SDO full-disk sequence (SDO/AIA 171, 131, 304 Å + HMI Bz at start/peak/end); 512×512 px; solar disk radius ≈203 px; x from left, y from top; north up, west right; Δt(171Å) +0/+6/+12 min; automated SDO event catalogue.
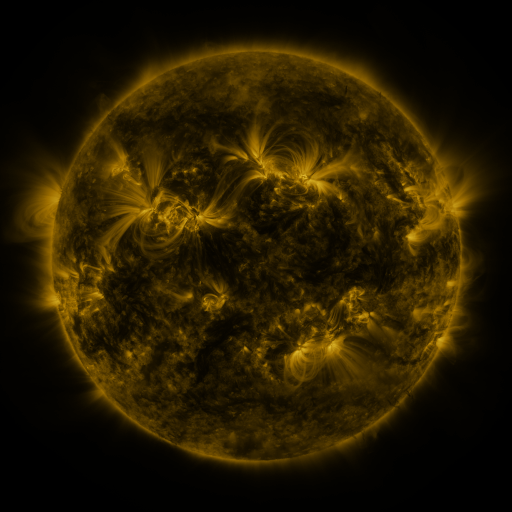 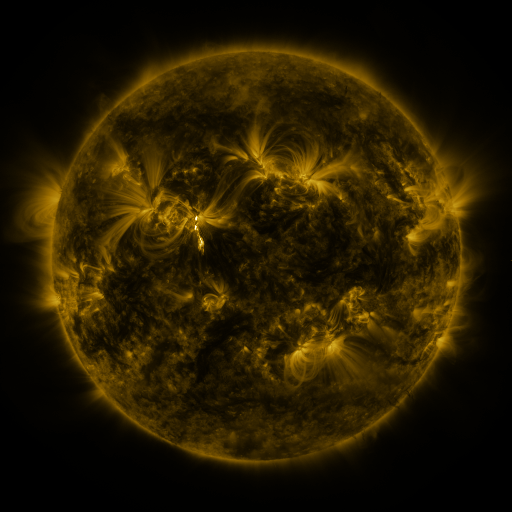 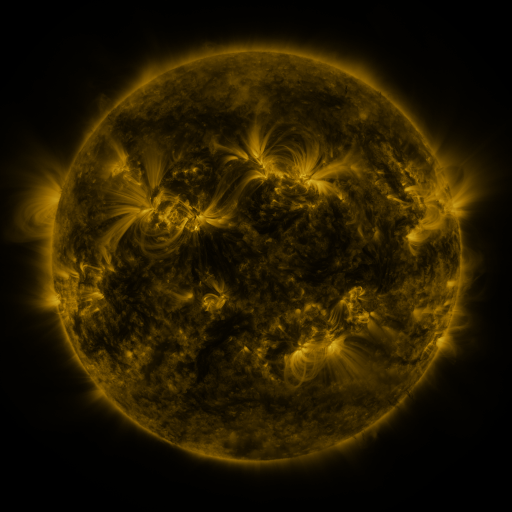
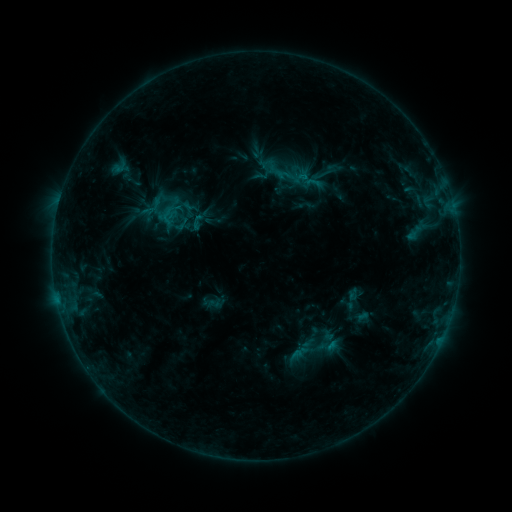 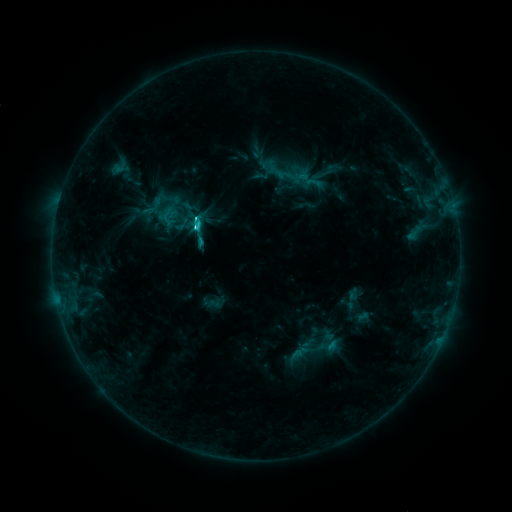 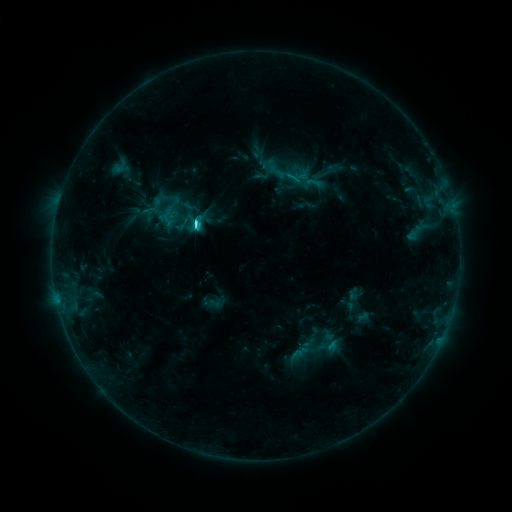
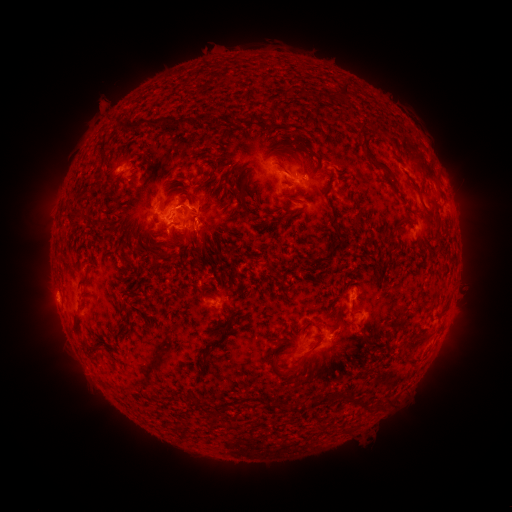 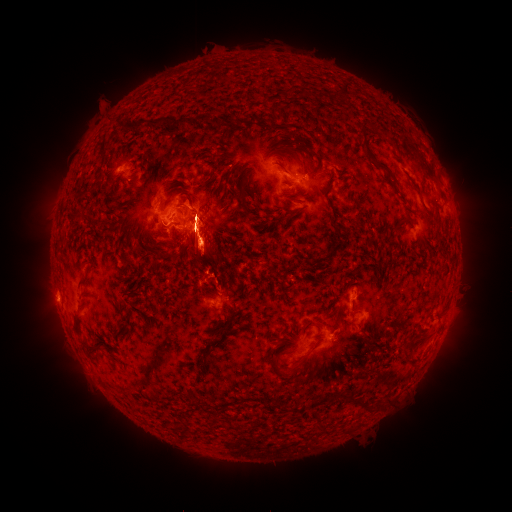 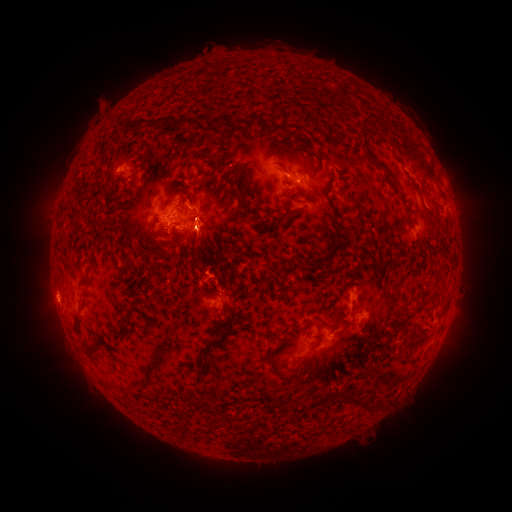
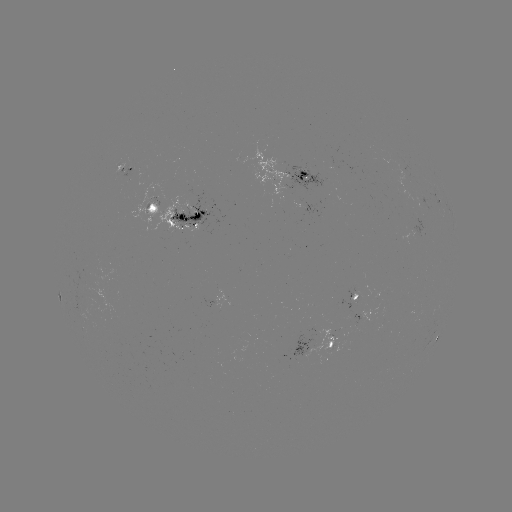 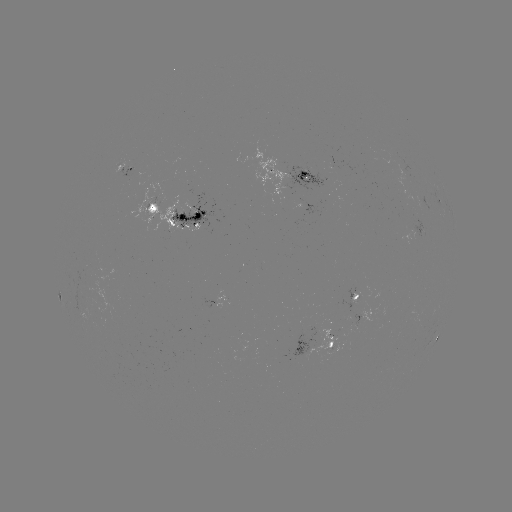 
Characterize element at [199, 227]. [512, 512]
C3.9 flare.